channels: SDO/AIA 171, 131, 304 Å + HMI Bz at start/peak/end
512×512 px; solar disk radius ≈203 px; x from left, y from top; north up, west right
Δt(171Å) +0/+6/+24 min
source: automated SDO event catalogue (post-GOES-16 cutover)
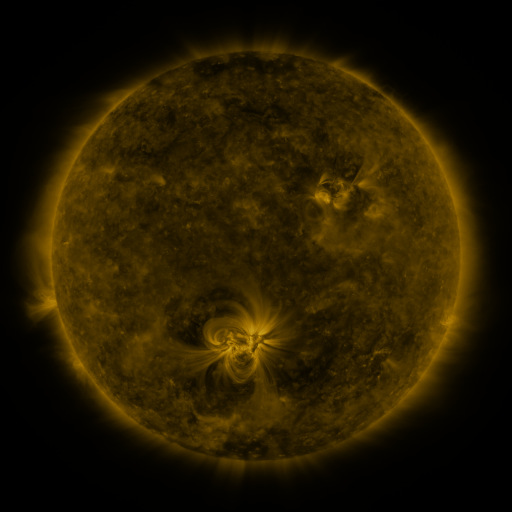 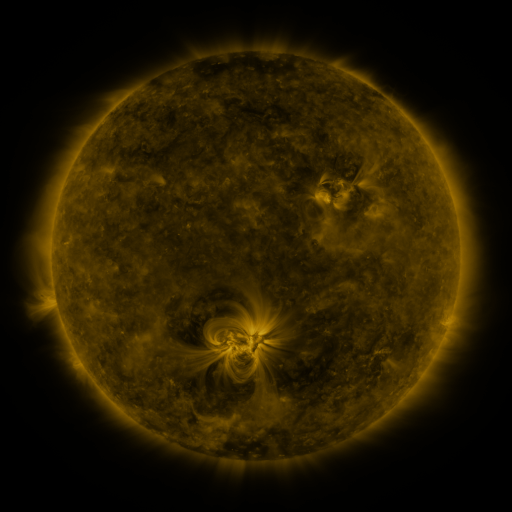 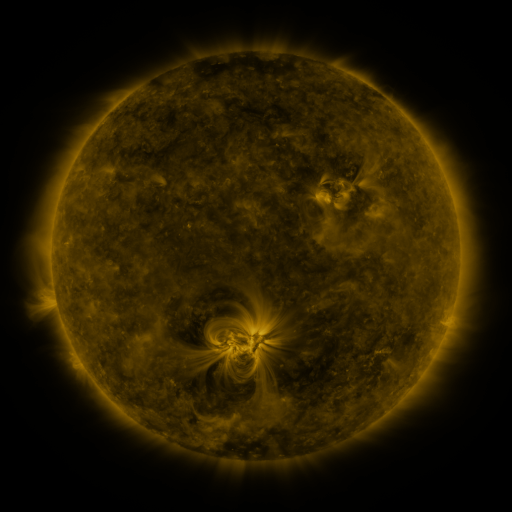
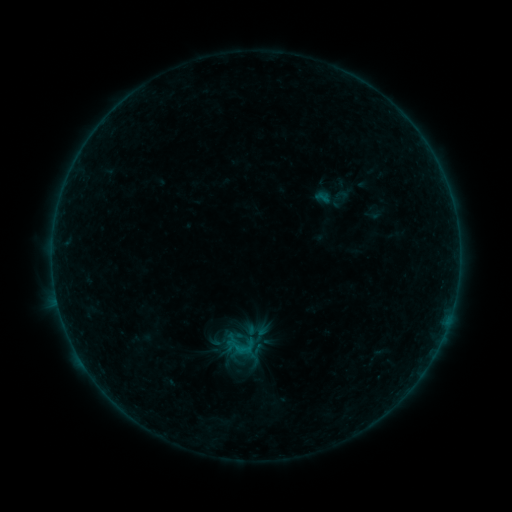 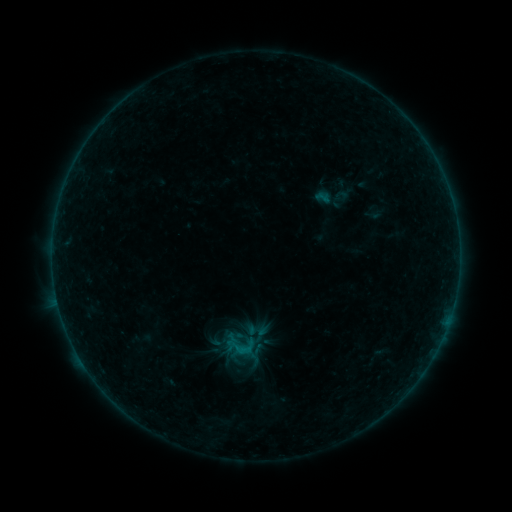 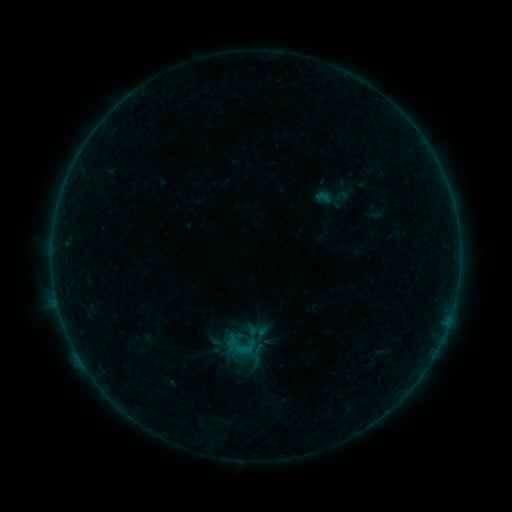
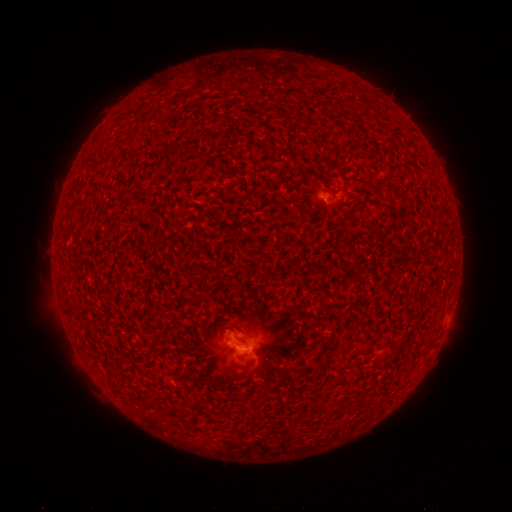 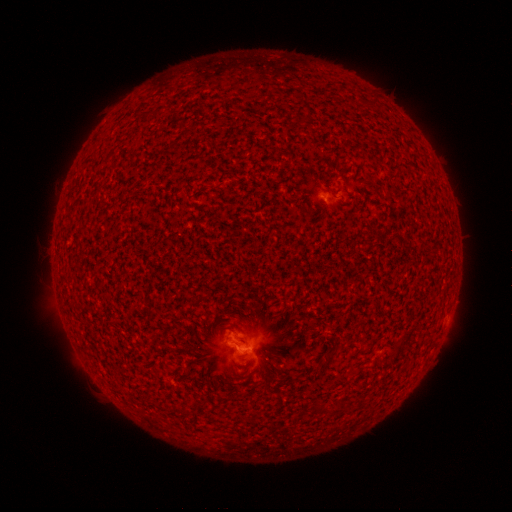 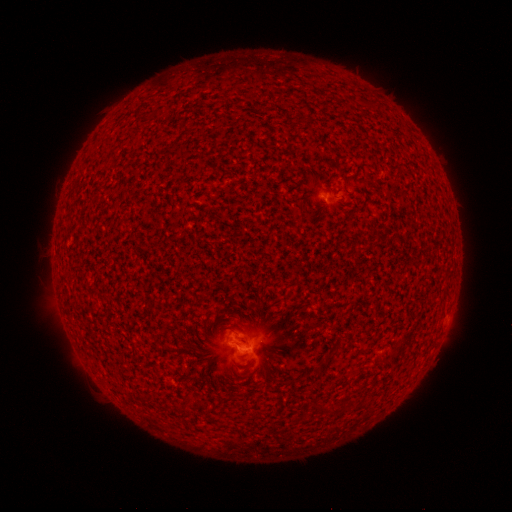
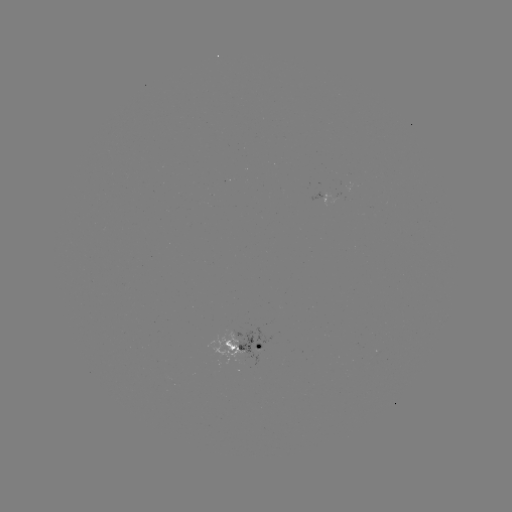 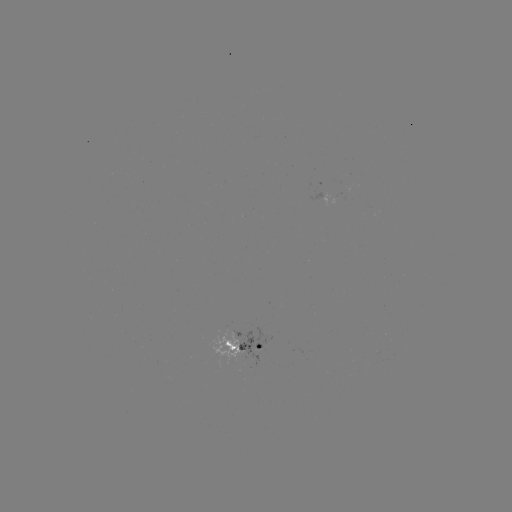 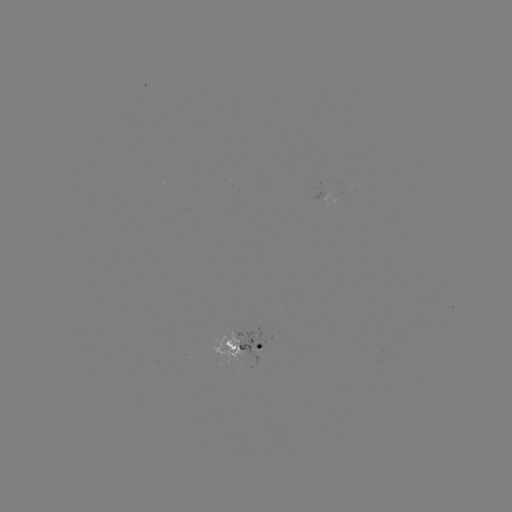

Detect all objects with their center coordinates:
B2.3 flare: (246, 350)
